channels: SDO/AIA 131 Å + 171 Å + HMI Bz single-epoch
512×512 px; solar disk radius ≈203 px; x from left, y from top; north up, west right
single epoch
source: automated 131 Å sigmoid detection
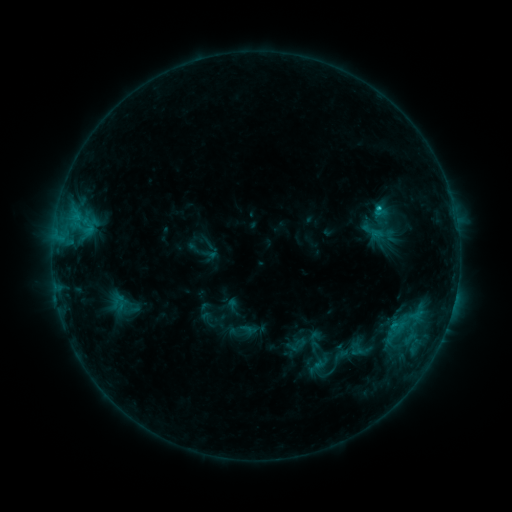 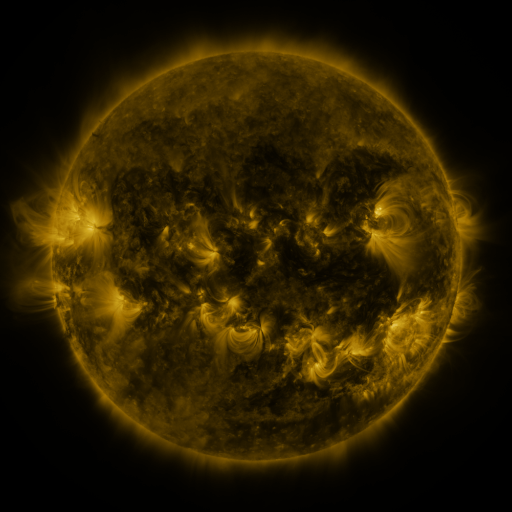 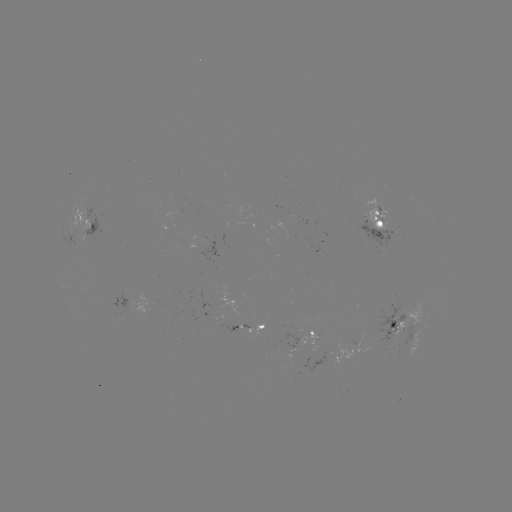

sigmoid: [388, 317, 406, 335]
